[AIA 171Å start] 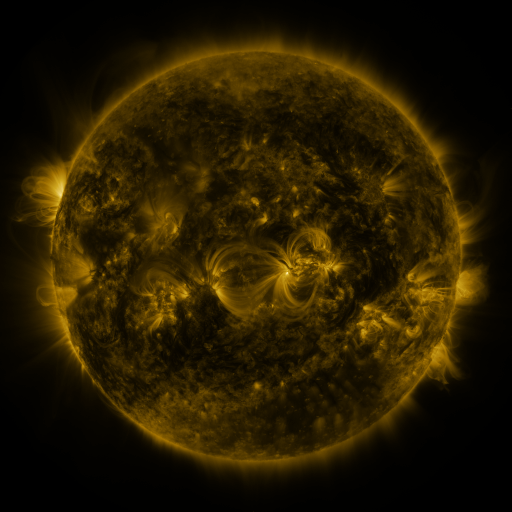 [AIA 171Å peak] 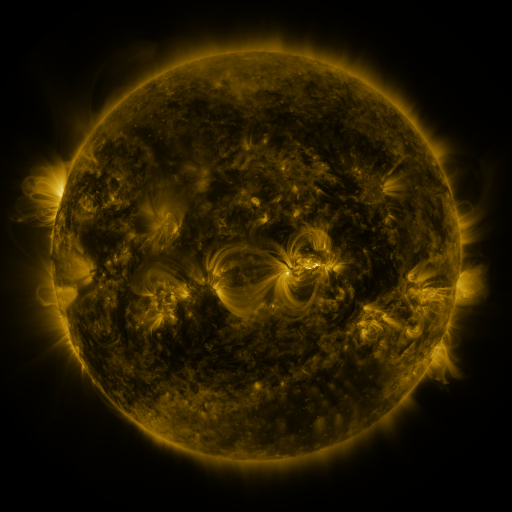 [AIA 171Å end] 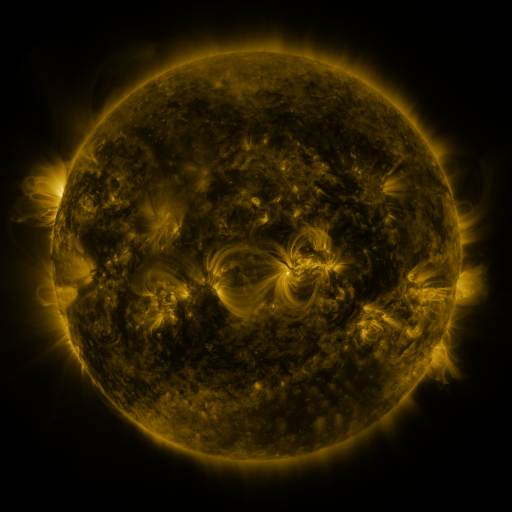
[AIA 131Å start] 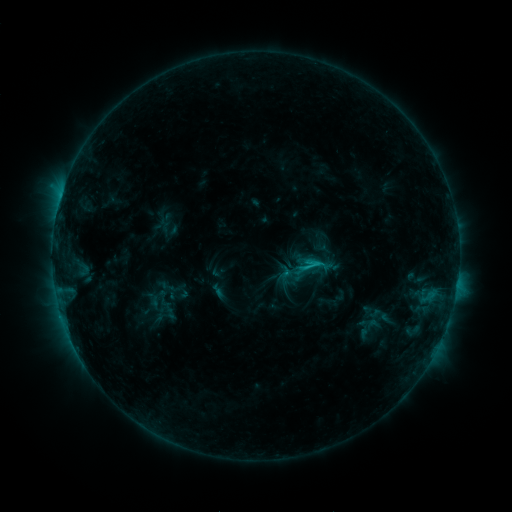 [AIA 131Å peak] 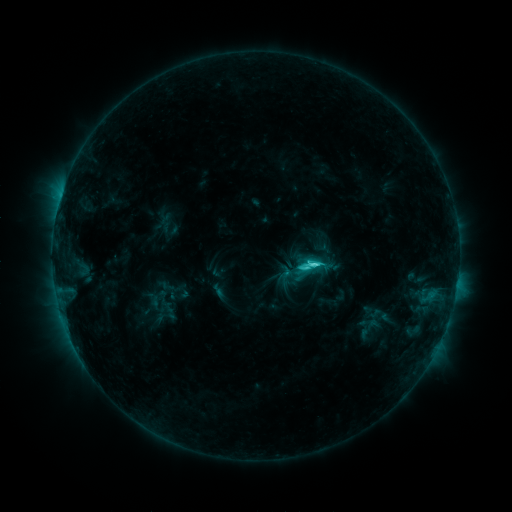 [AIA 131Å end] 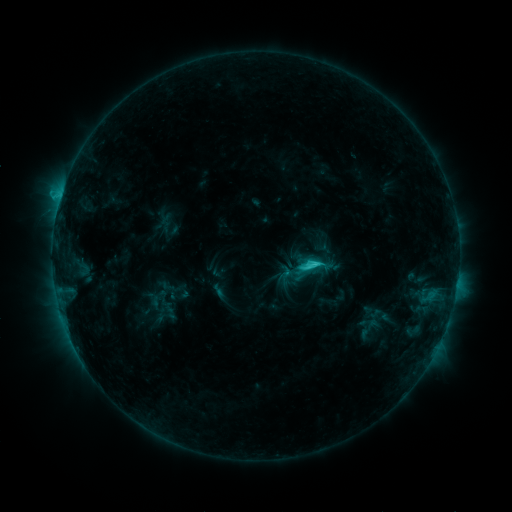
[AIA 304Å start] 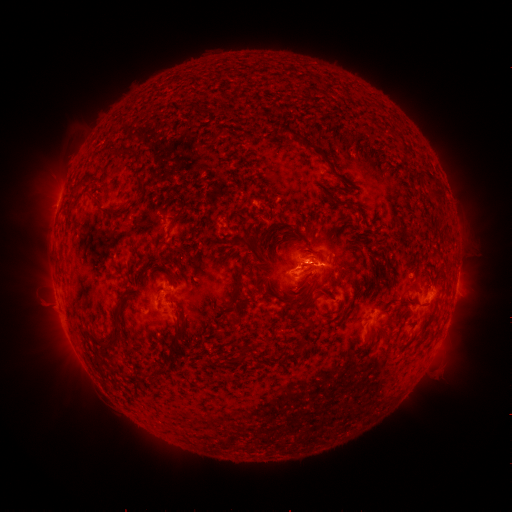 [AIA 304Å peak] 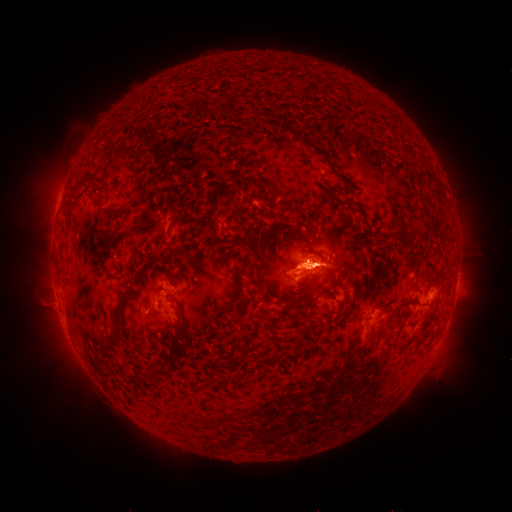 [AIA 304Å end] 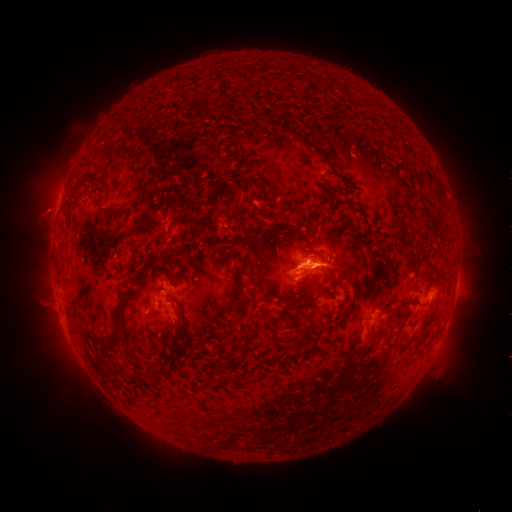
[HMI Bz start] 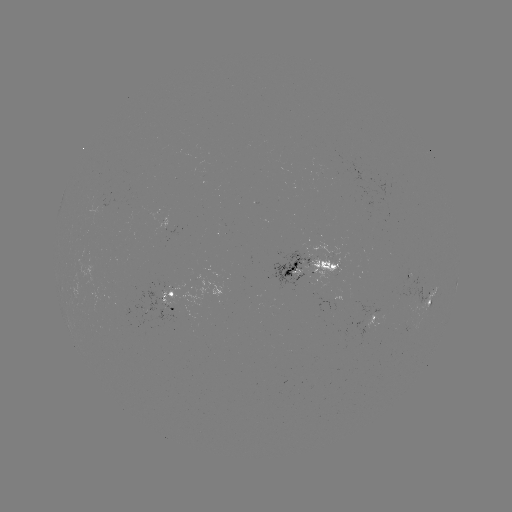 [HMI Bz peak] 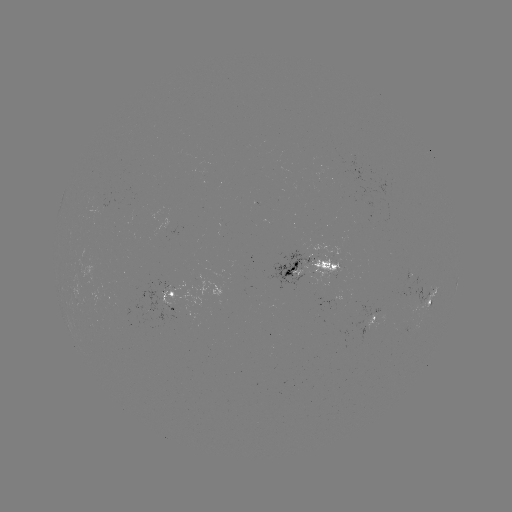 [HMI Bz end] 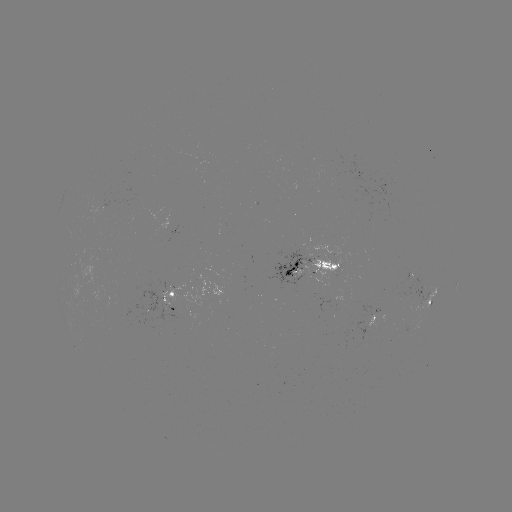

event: flare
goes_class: C4.1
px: (311, 265)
